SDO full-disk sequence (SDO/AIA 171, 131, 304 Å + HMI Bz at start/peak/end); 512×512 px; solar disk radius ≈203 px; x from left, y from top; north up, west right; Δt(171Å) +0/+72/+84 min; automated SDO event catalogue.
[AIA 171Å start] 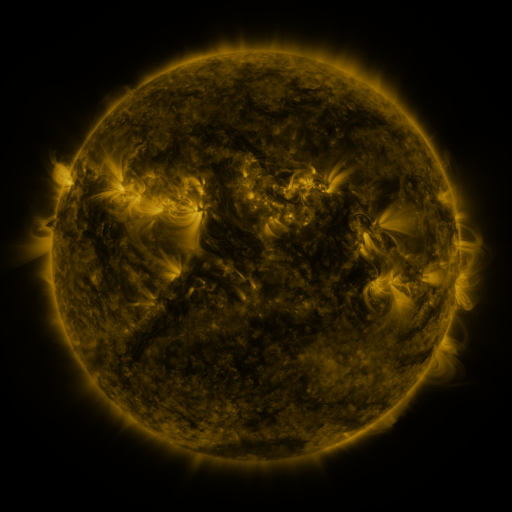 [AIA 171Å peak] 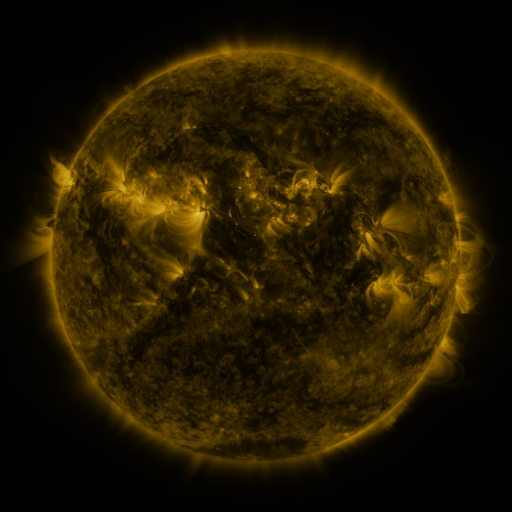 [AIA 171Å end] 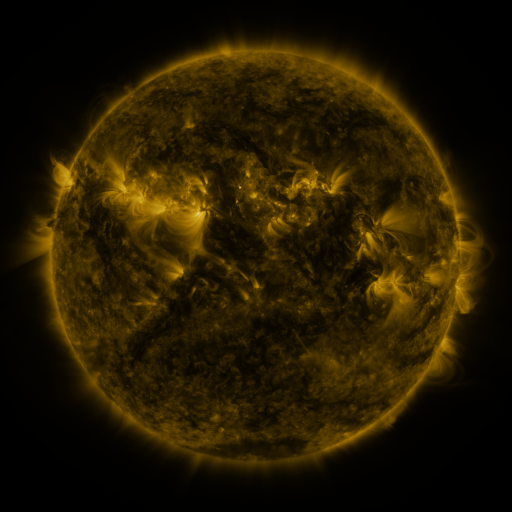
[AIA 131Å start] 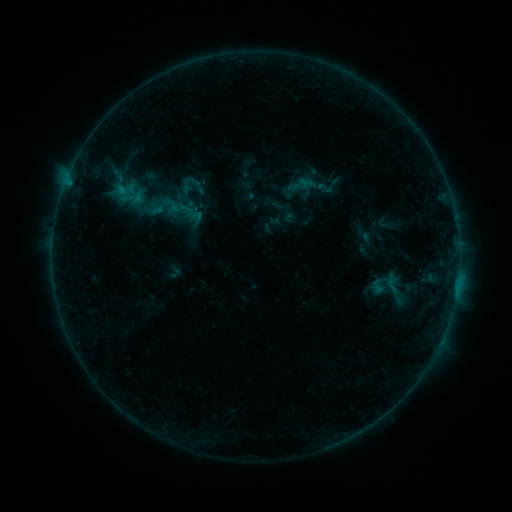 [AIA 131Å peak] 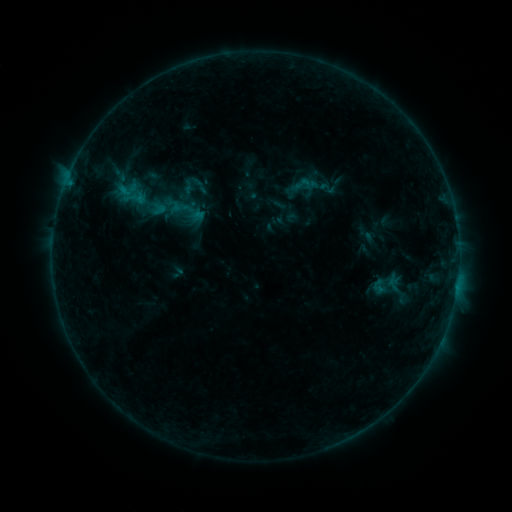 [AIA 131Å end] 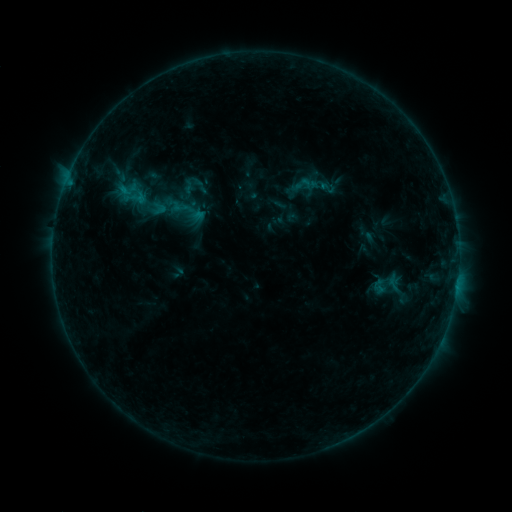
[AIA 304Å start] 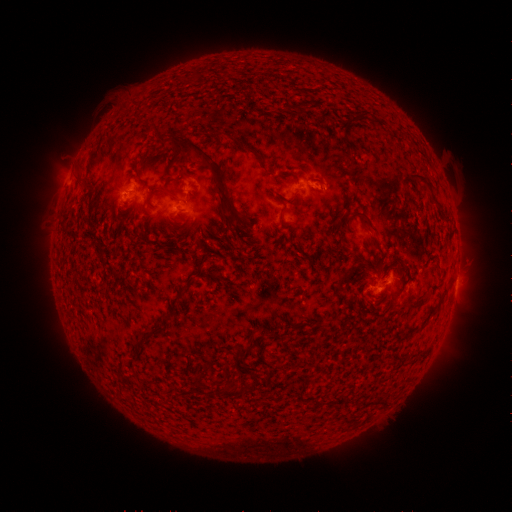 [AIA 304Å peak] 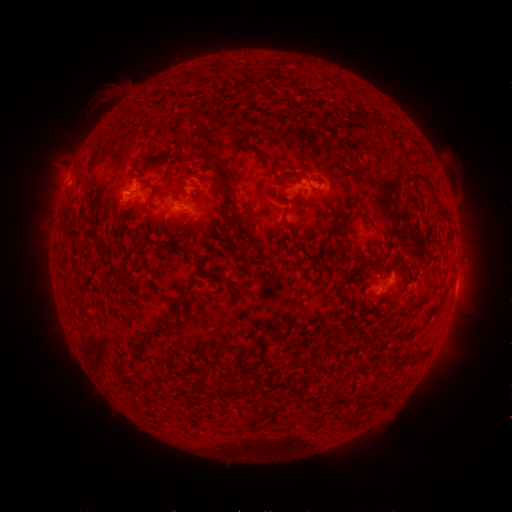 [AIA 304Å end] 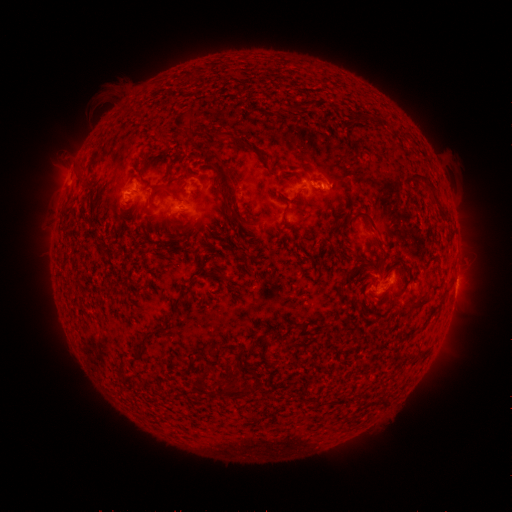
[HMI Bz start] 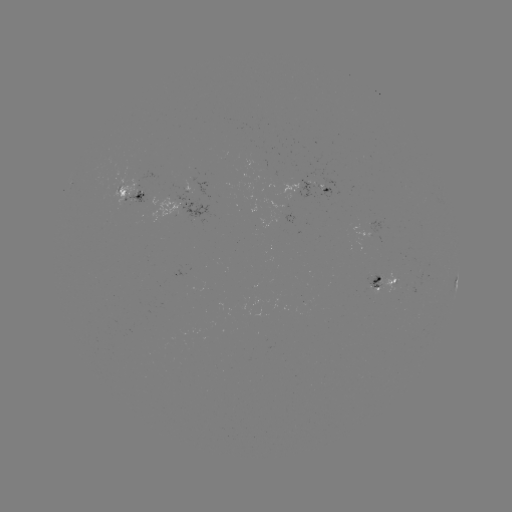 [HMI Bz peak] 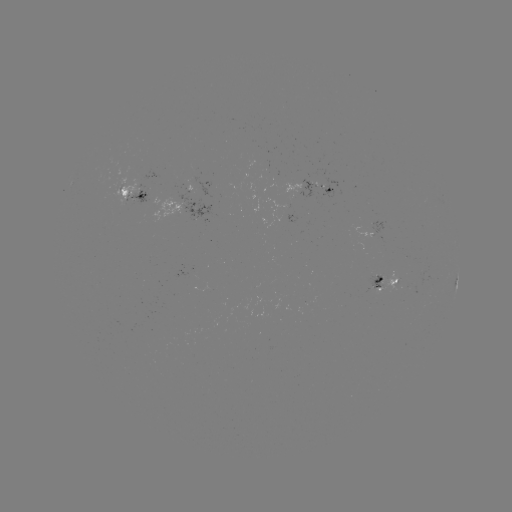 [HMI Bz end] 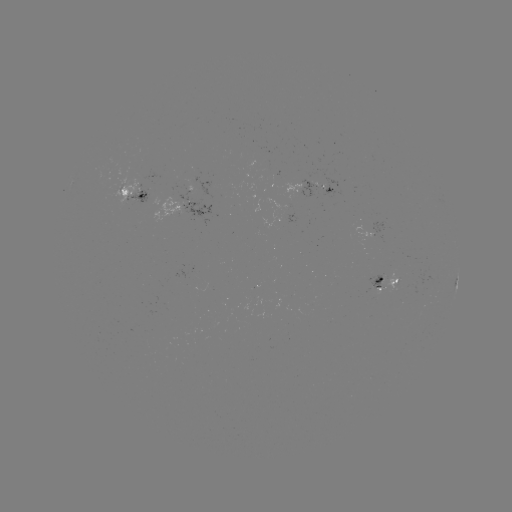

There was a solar emerging-flux region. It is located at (145, 193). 